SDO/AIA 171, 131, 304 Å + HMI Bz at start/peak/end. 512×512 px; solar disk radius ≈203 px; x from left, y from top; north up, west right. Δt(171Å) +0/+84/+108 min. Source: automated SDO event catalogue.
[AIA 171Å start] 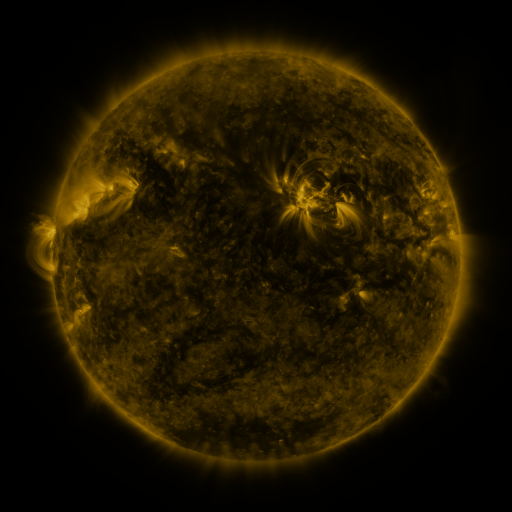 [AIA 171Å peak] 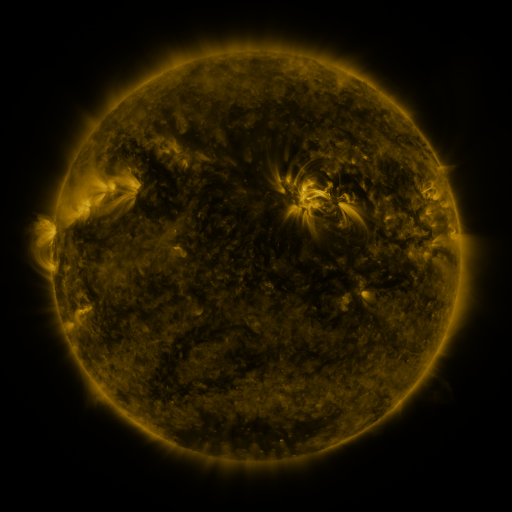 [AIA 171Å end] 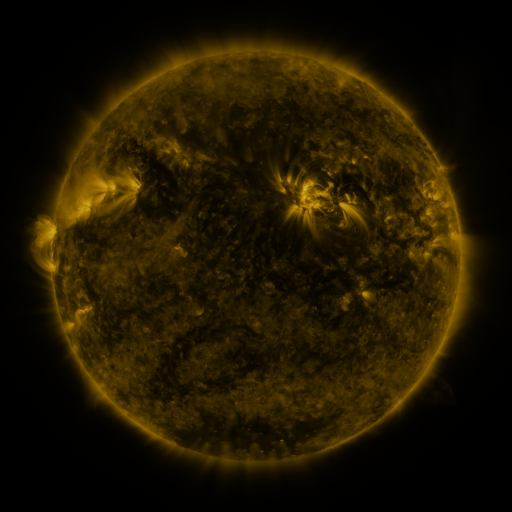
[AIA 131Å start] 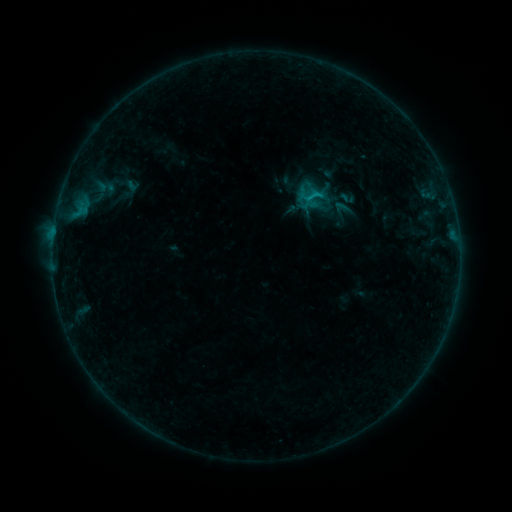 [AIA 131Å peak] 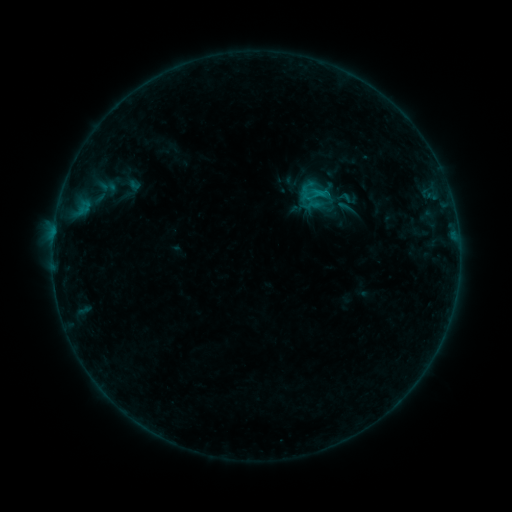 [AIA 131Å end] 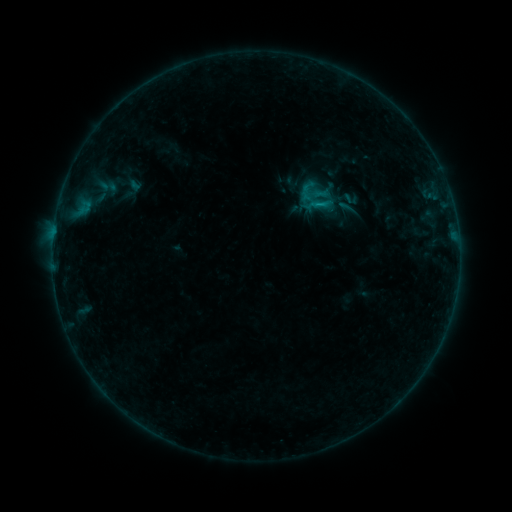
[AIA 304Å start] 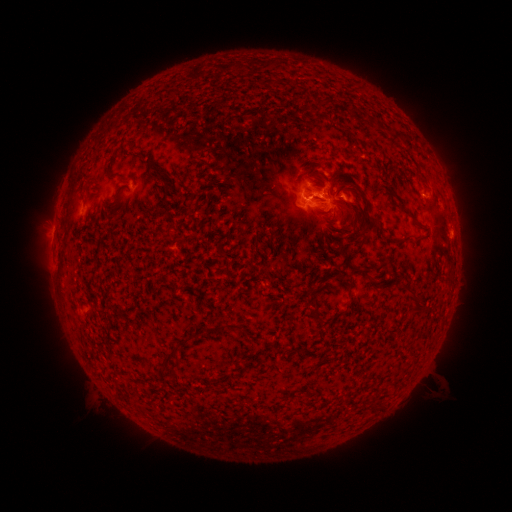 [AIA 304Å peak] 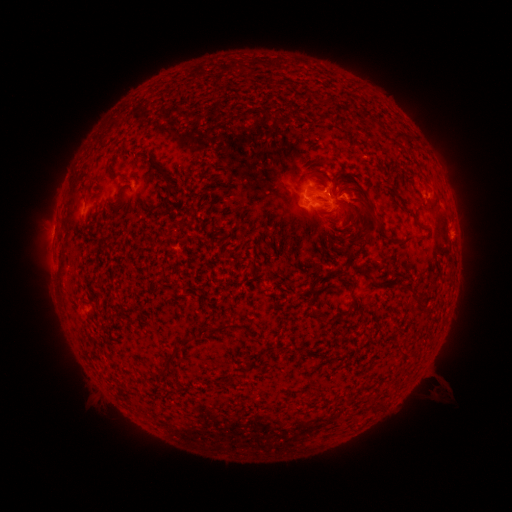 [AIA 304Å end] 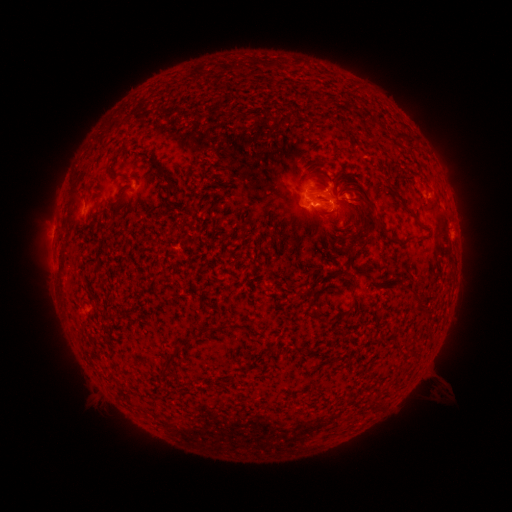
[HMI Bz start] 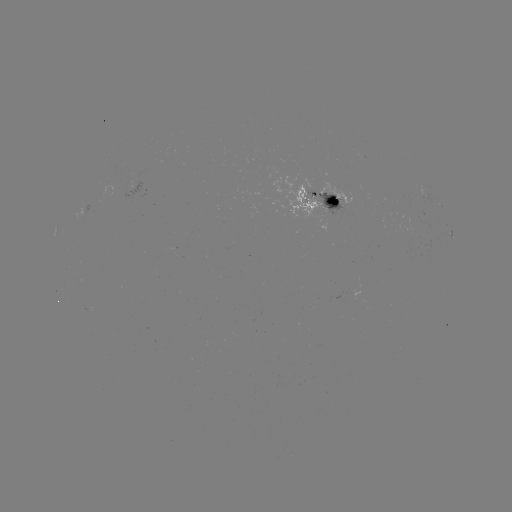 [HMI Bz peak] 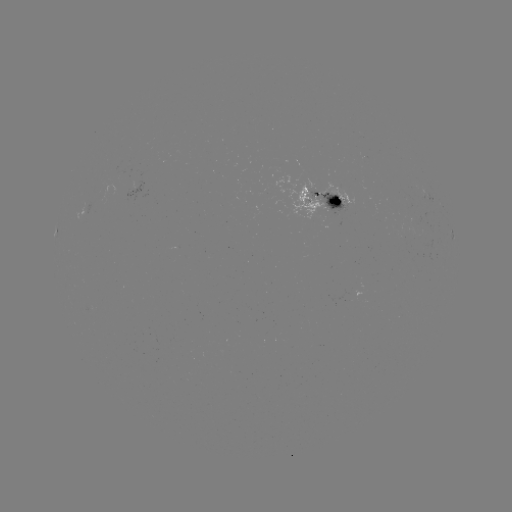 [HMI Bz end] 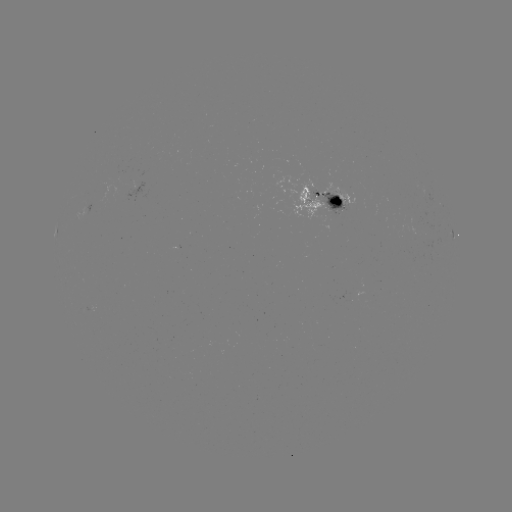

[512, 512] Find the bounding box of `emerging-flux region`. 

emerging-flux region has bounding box [116, 172, 119, 183].